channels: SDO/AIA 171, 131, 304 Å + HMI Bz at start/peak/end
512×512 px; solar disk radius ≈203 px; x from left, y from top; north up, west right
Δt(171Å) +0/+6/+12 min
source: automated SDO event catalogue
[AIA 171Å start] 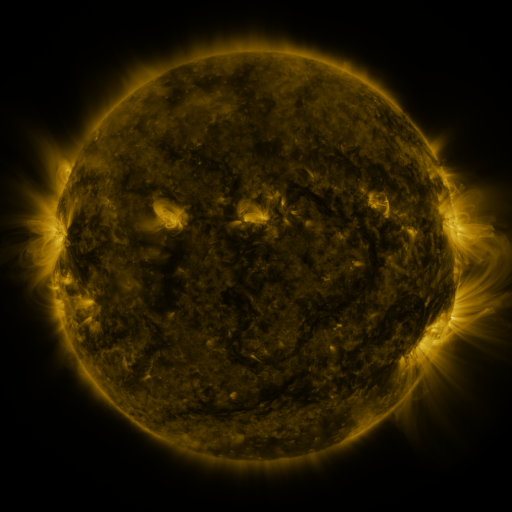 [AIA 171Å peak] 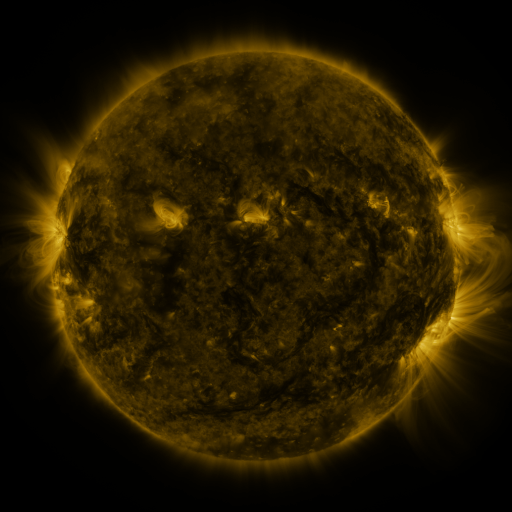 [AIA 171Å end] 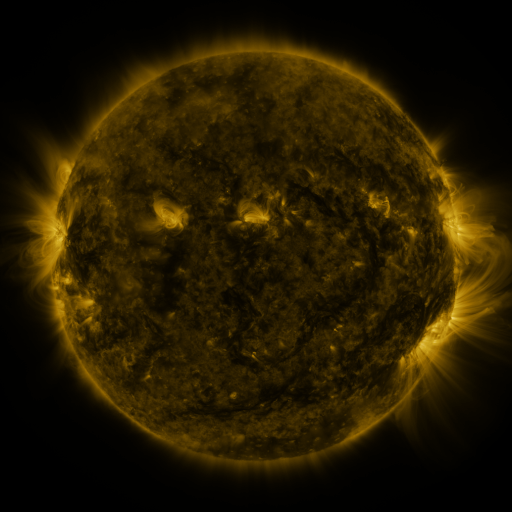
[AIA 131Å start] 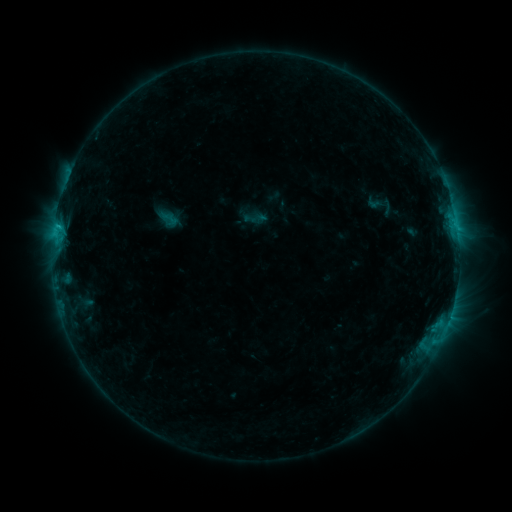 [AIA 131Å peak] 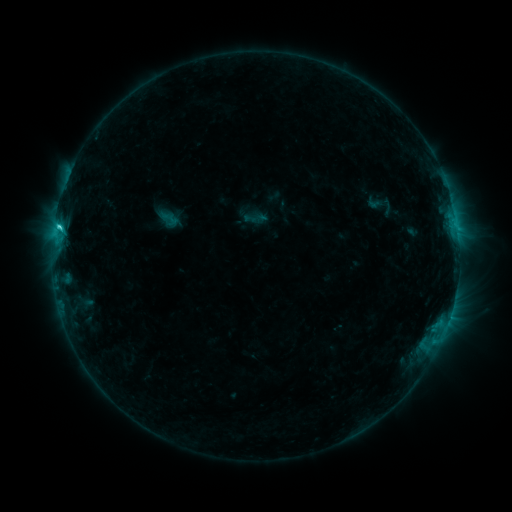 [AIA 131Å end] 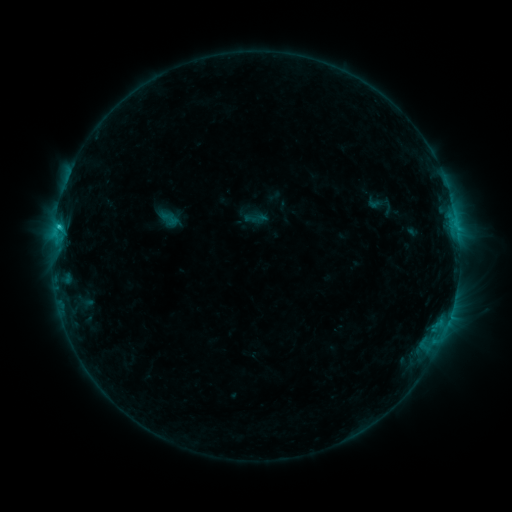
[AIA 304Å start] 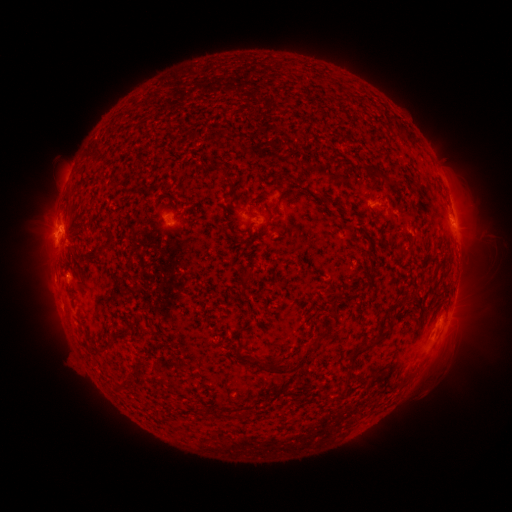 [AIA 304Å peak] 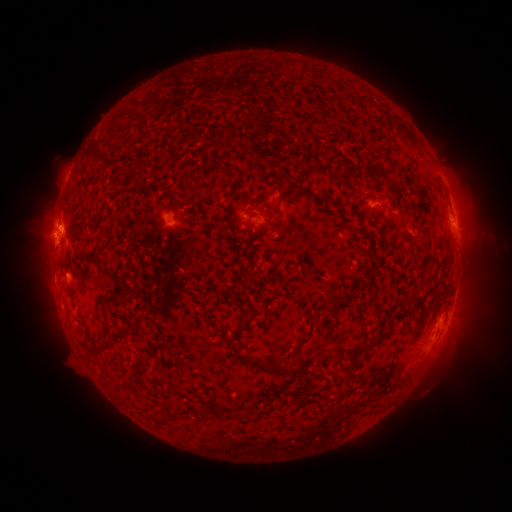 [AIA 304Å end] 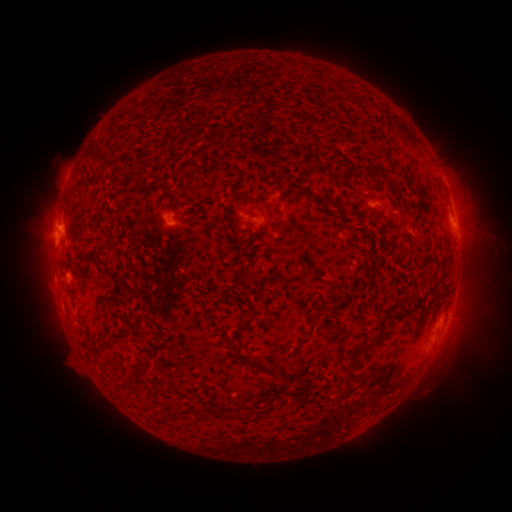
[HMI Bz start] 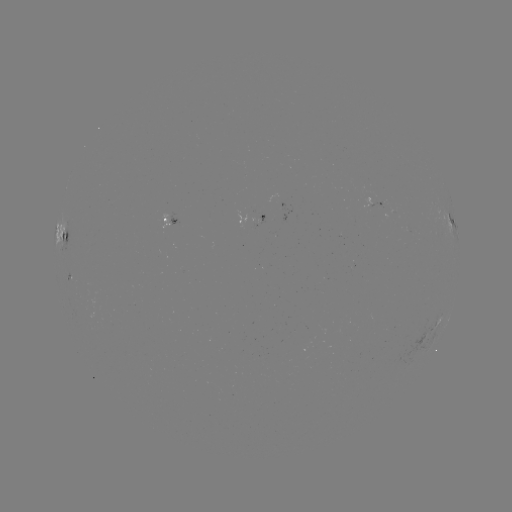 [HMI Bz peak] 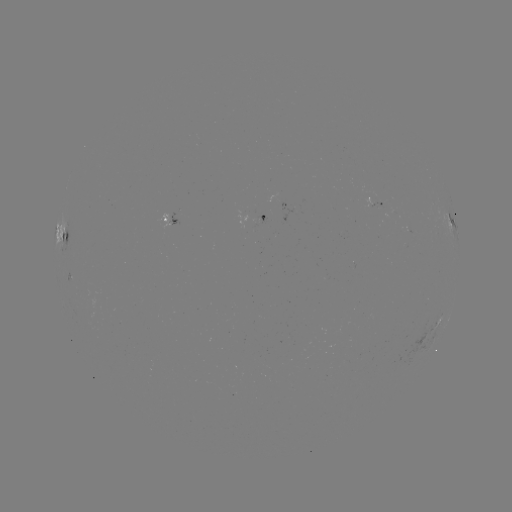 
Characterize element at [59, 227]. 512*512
C1.5 flare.